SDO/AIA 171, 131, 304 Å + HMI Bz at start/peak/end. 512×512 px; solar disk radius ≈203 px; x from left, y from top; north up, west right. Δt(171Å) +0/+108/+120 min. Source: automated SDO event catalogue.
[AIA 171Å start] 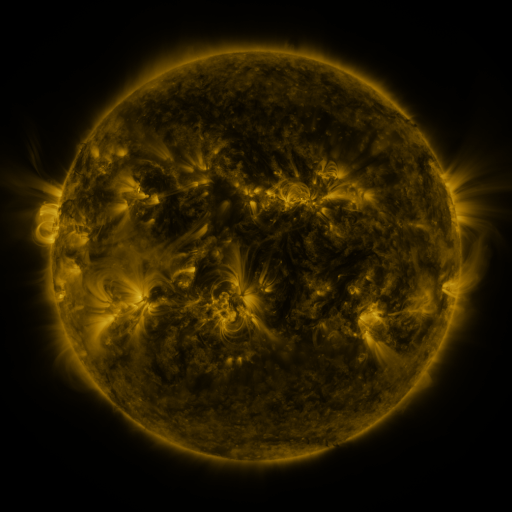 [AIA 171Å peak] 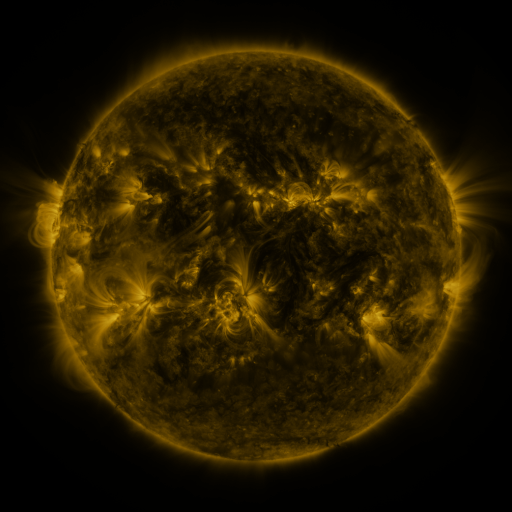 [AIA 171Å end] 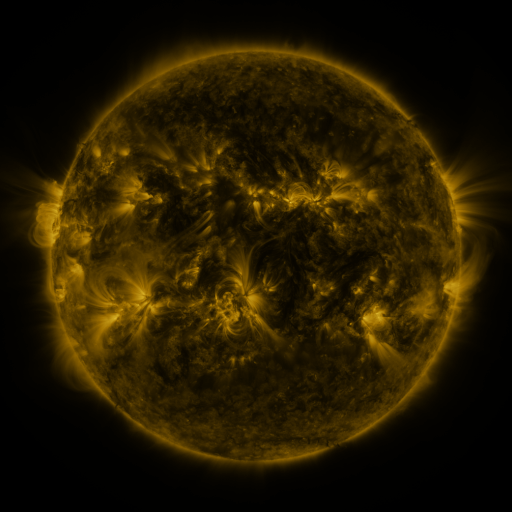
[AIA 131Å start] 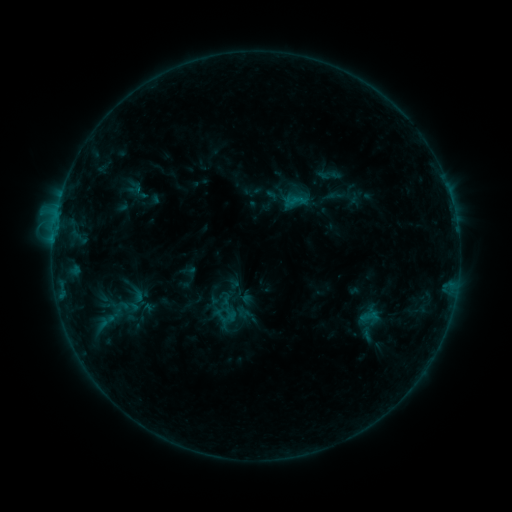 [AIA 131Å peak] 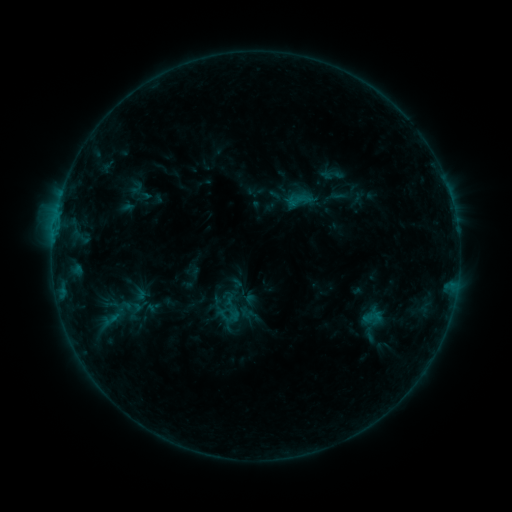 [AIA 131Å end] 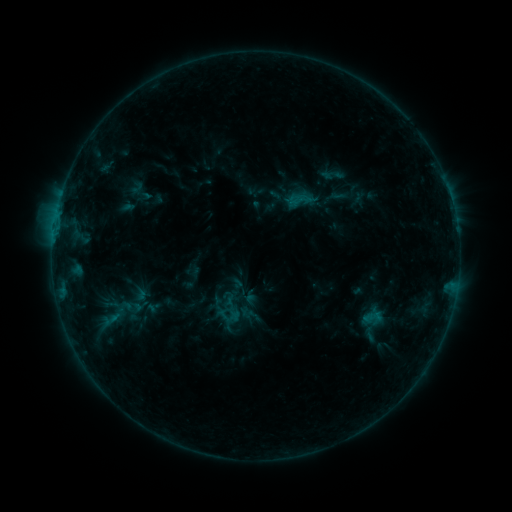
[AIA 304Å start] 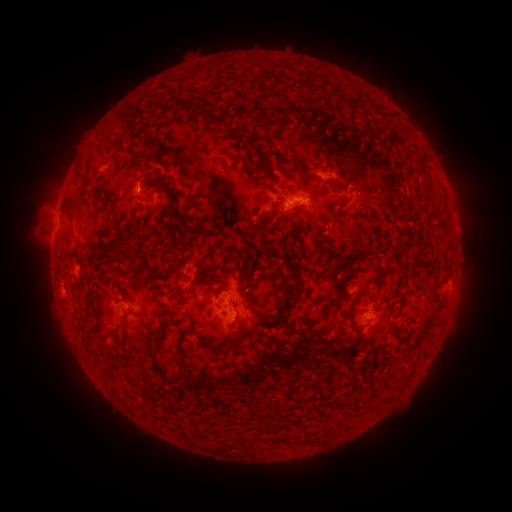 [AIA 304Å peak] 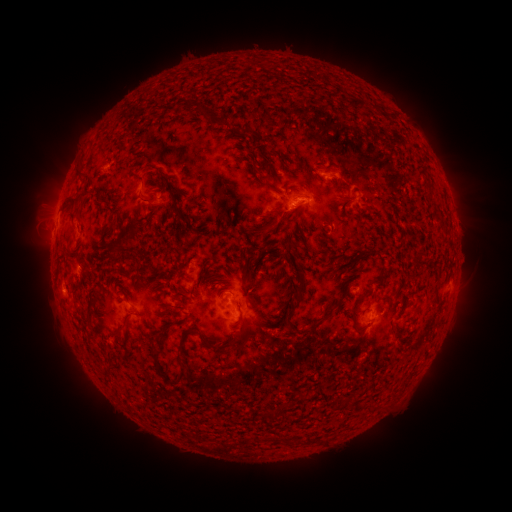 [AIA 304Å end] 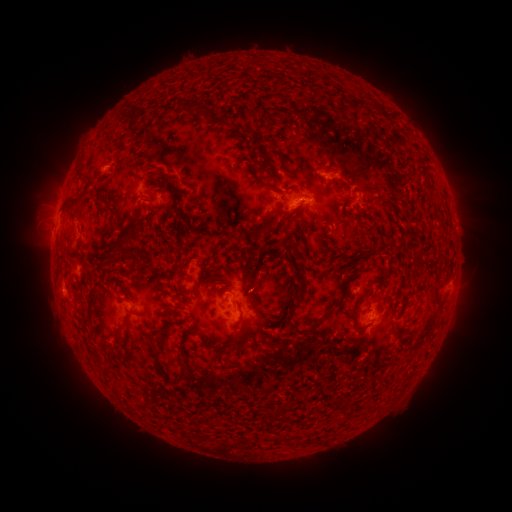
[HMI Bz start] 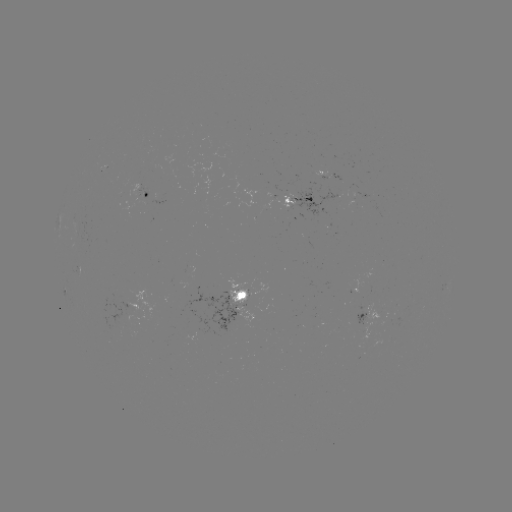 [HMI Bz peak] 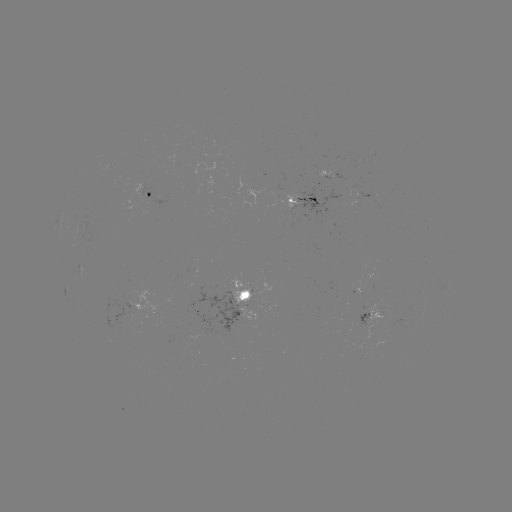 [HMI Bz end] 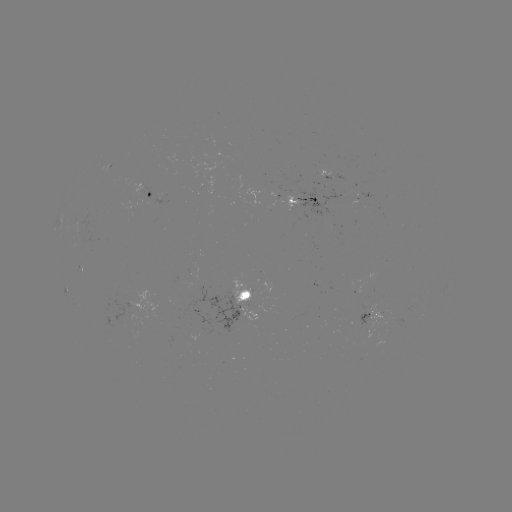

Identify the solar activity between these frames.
emerging-flux region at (290, 205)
